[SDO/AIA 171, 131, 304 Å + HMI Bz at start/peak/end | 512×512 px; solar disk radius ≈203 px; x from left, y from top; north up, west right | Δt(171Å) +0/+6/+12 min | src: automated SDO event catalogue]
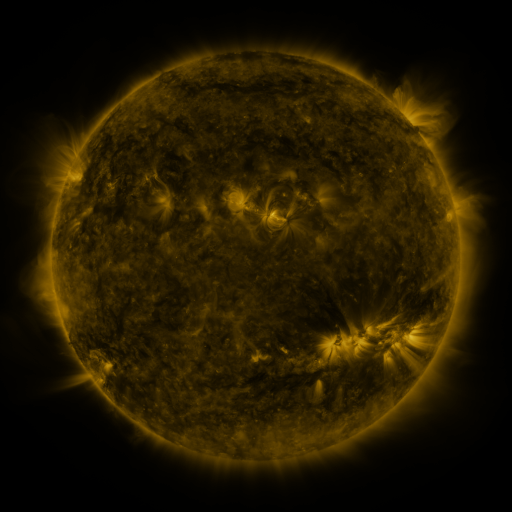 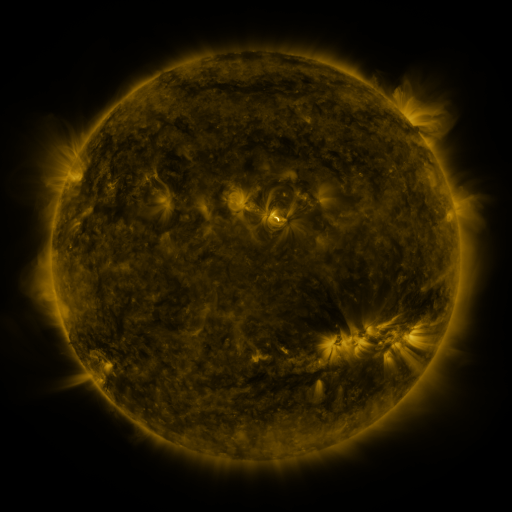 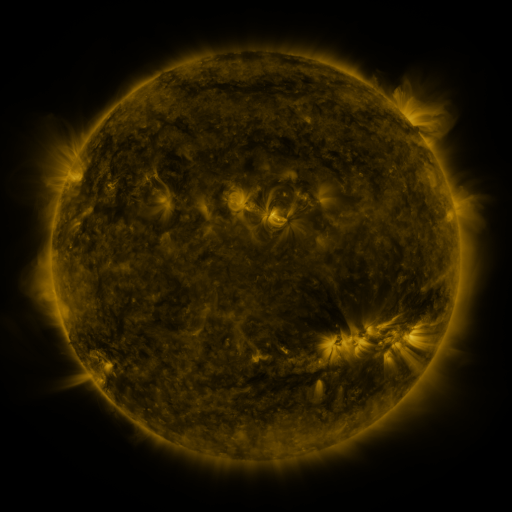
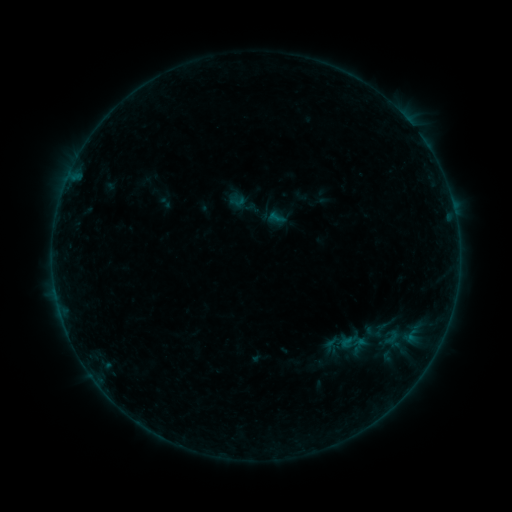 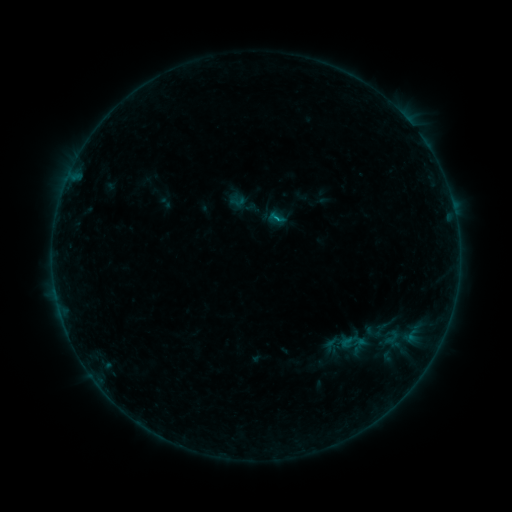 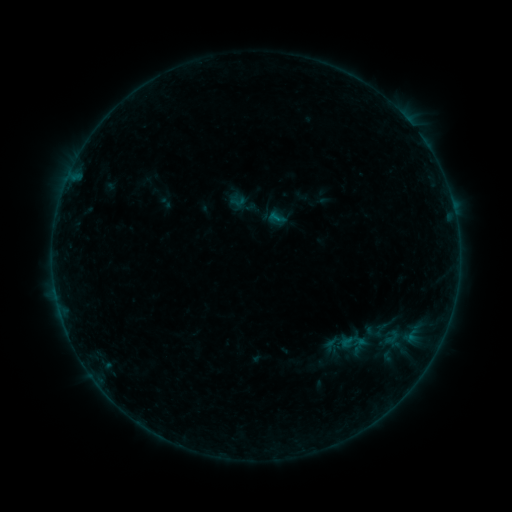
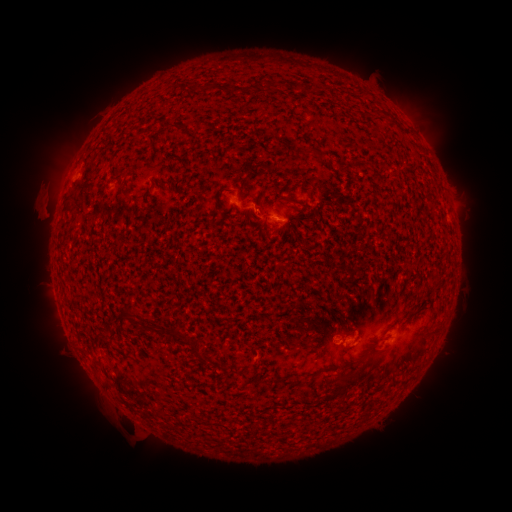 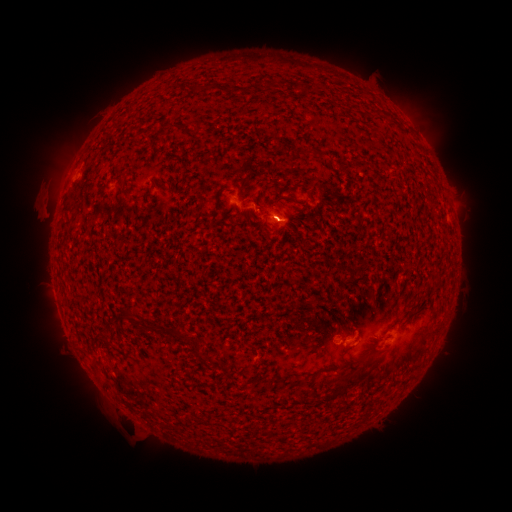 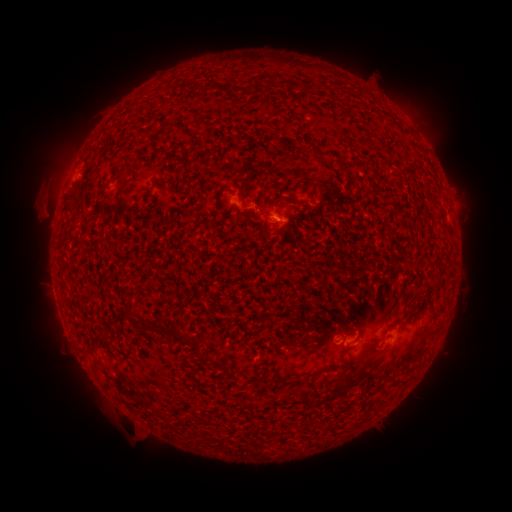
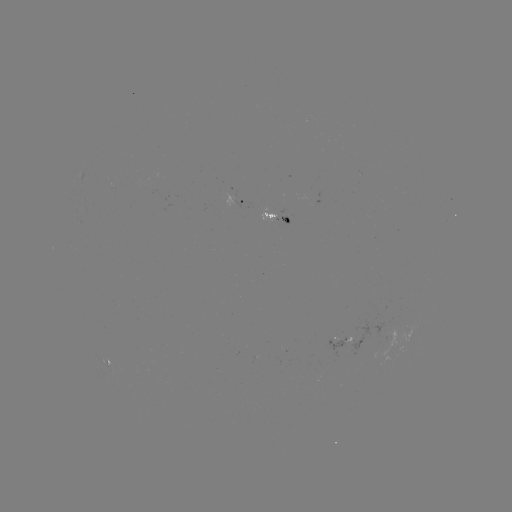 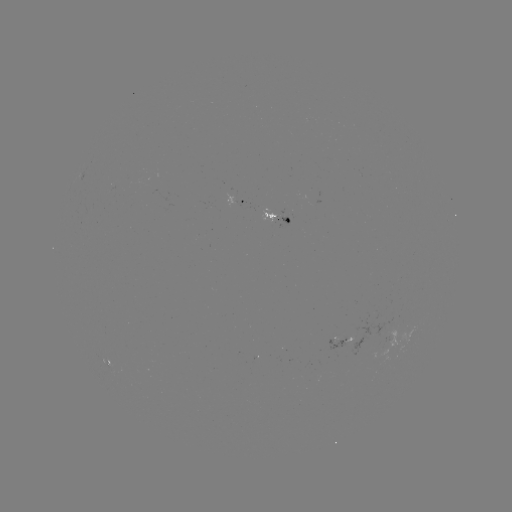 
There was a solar flare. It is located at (273, 220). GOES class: B1.8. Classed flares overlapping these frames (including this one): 1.